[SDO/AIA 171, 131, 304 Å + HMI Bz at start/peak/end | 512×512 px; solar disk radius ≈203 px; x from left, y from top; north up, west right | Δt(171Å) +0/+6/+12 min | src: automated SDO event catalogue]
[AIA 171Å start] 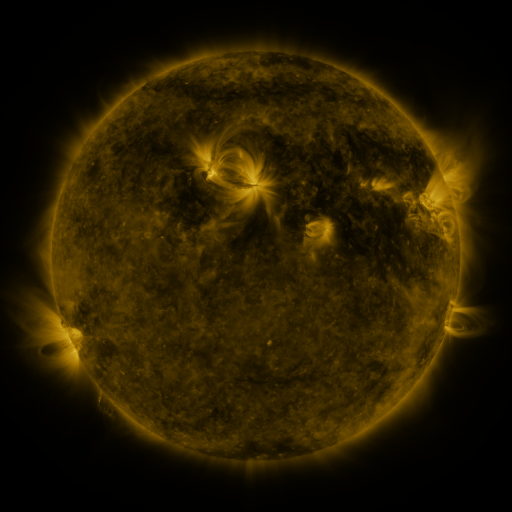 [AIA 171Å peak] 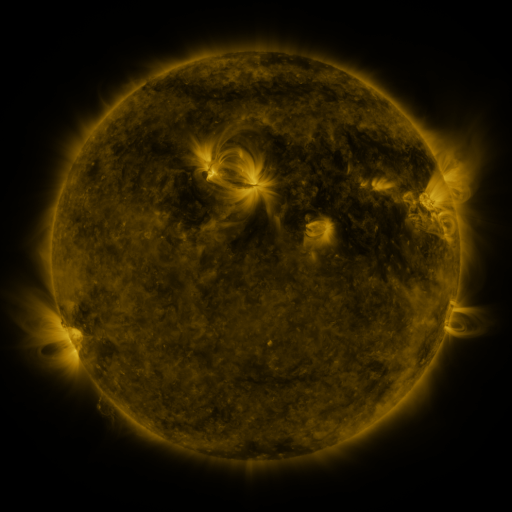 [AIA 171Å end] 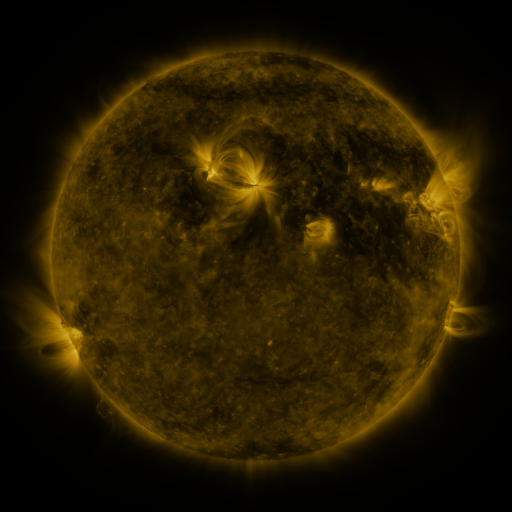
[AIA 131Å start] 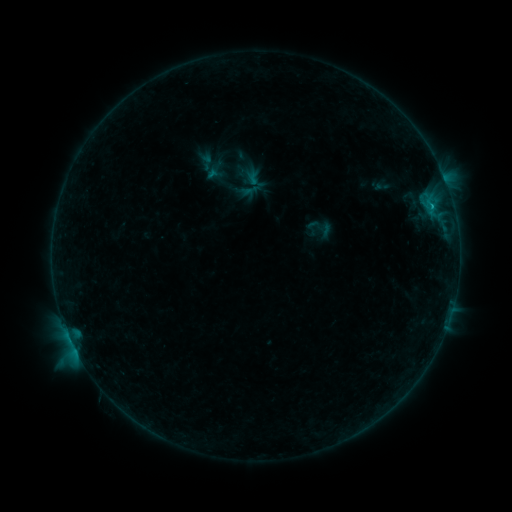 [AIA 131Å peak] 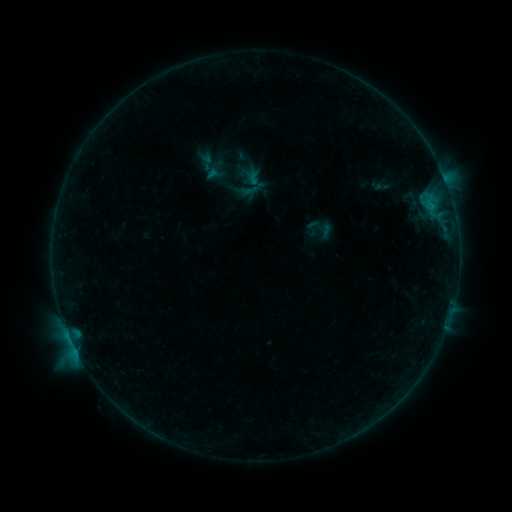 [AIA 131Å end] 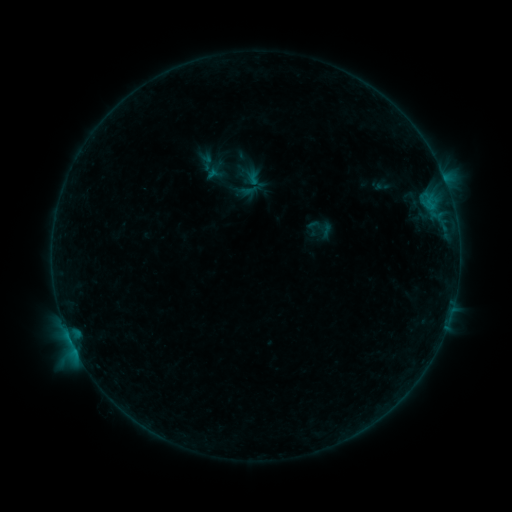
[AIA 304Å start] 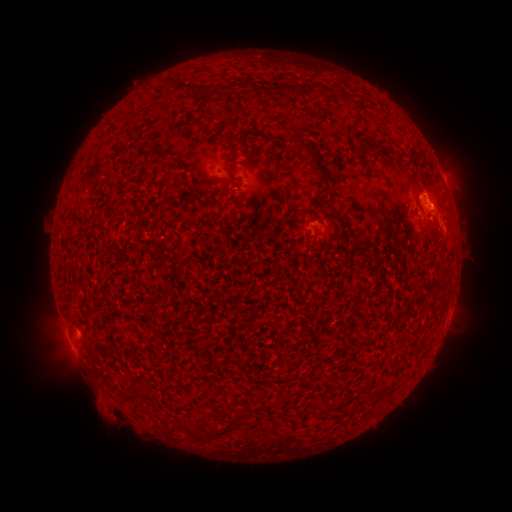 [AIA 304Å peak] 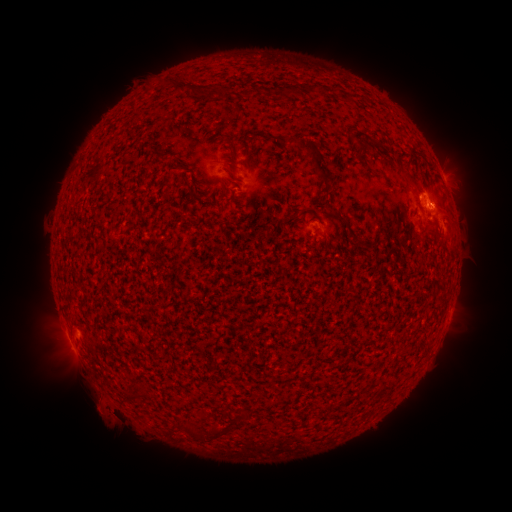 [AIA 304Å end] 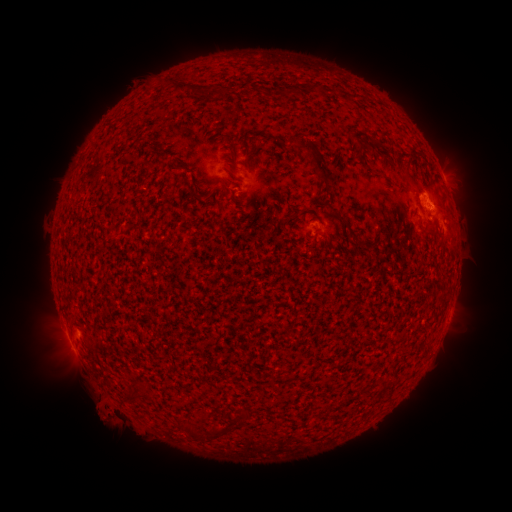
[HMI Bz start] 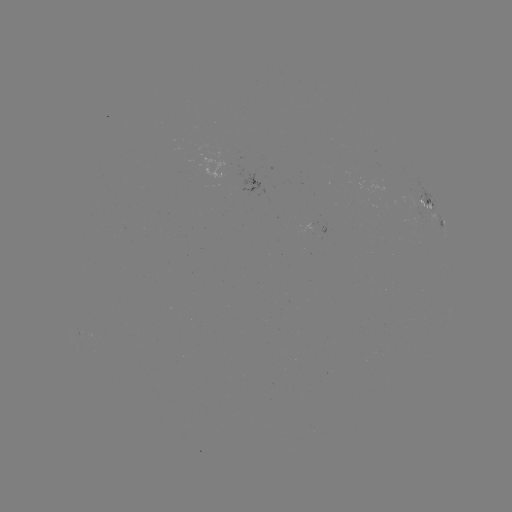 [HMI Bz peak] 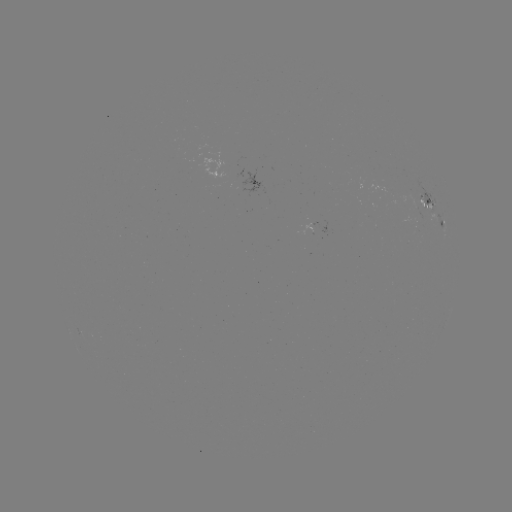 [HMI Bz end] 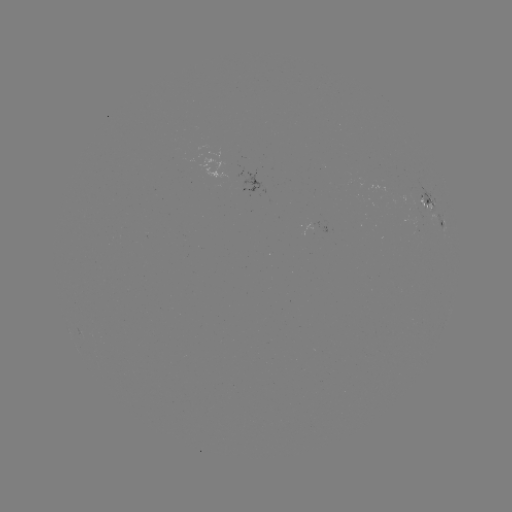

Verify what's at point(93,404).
eruption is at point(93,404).